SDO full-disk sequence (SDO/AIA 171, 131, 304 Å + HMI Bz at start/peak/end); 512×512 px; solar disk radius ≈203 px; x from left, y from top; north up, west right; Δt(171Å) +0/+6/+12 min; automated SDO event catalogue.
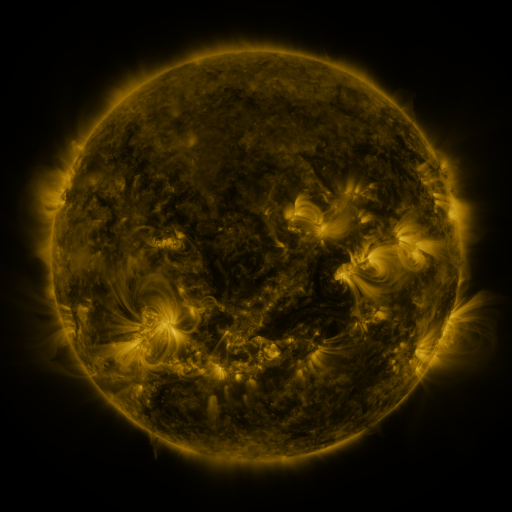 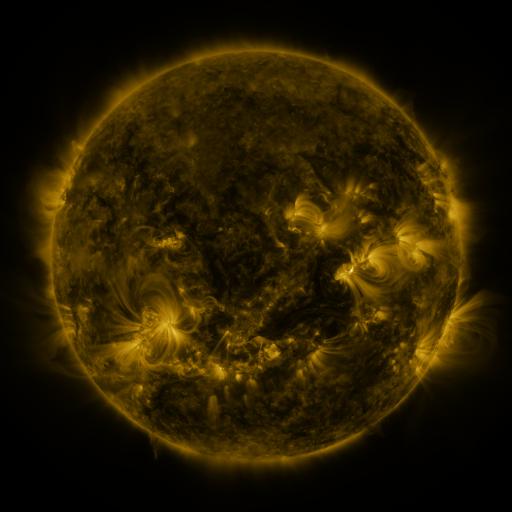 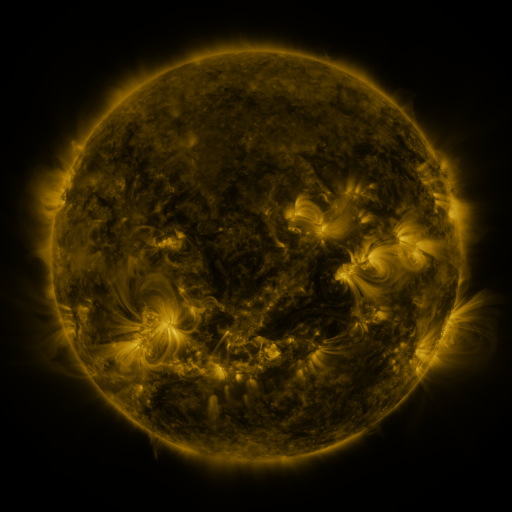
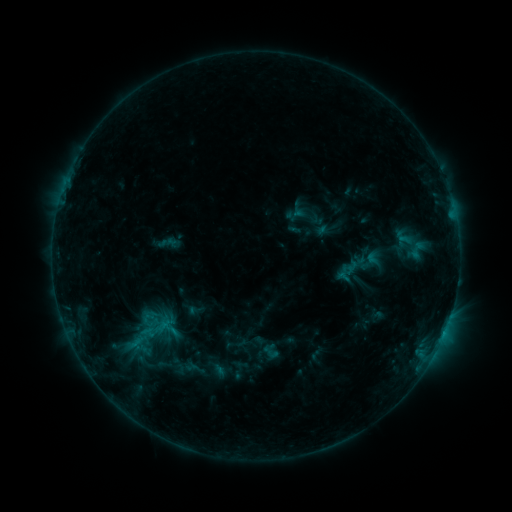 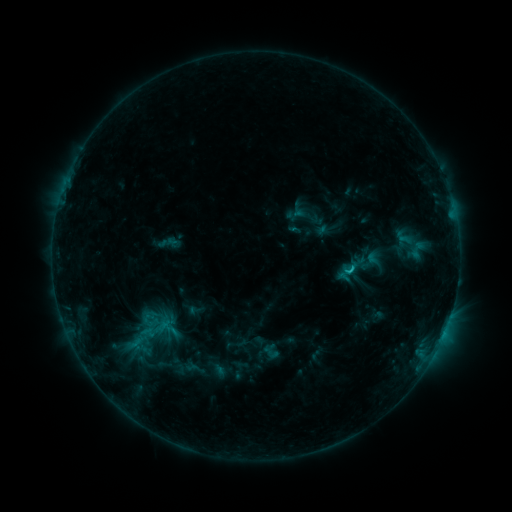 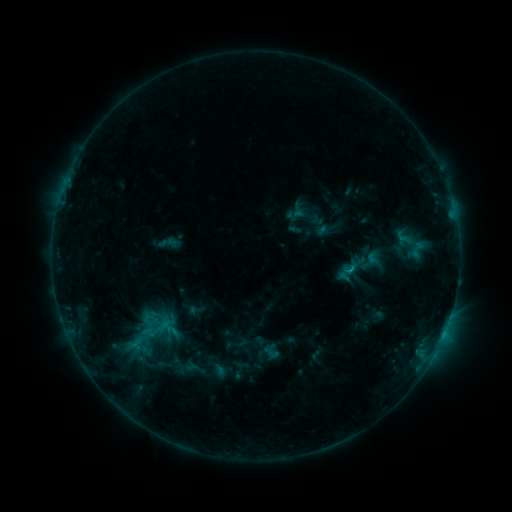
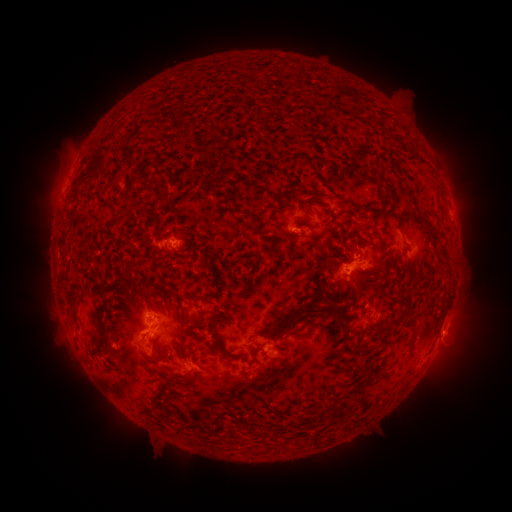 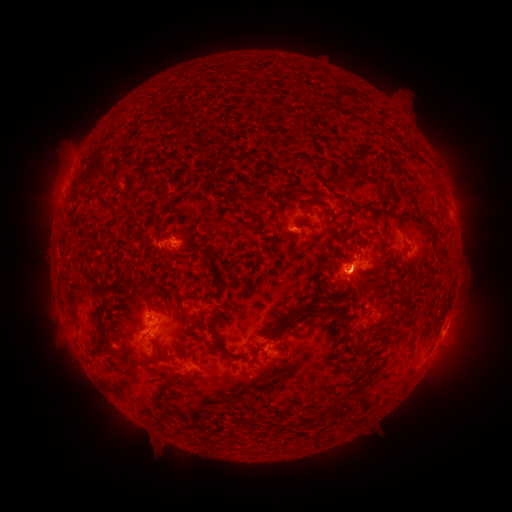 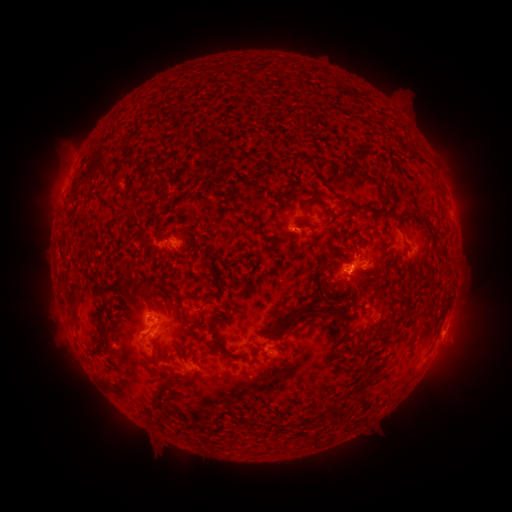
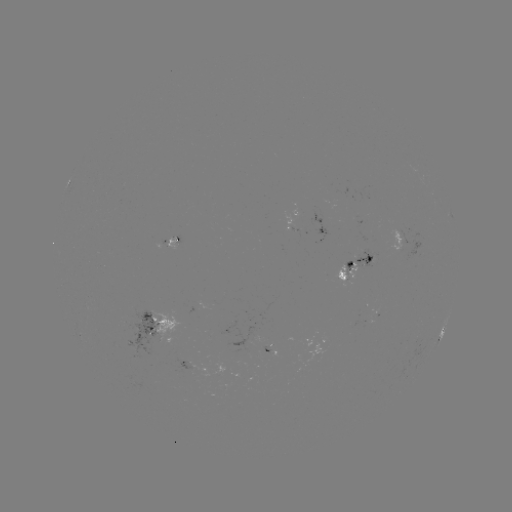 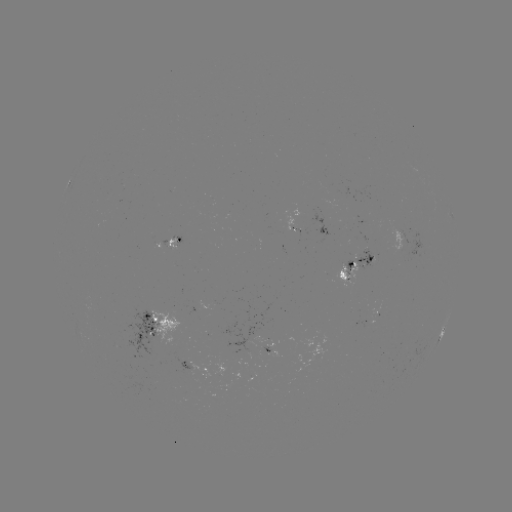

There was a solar flare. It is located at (348, 271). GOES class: B9.6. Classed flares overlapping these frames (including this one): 1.